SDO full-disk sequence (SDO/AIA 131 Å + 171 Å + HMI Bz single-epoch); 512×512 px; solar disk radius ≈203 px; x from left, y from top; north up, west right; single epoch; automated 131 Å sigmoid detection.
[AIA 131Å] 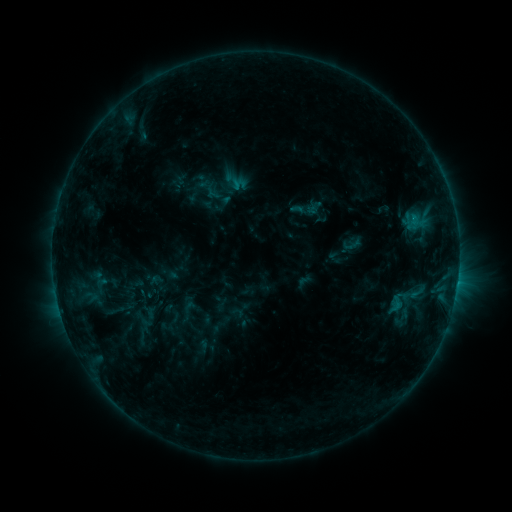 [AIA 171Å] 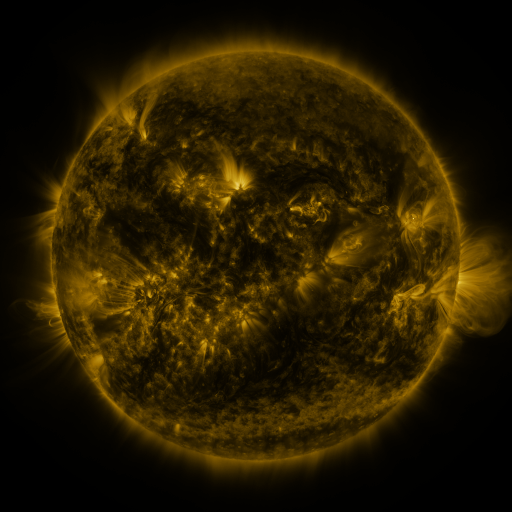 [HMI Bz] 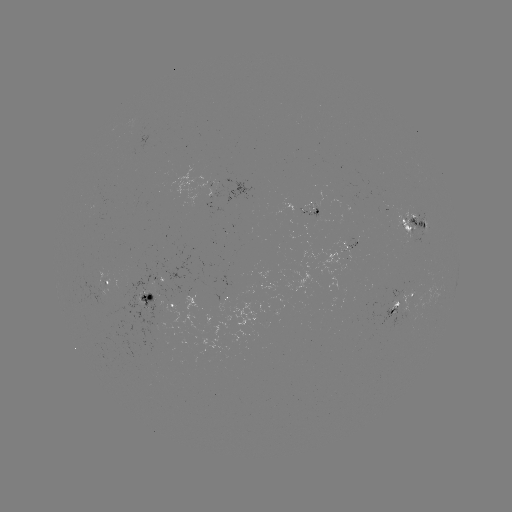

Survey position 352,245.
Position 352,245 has sigmoid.